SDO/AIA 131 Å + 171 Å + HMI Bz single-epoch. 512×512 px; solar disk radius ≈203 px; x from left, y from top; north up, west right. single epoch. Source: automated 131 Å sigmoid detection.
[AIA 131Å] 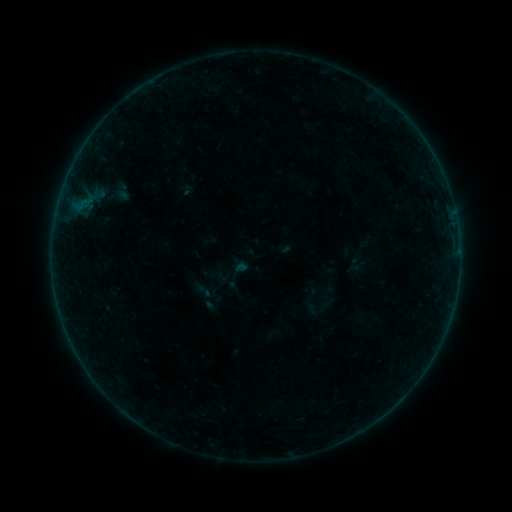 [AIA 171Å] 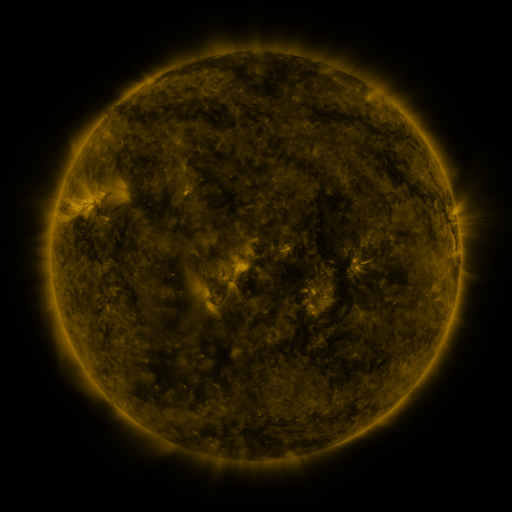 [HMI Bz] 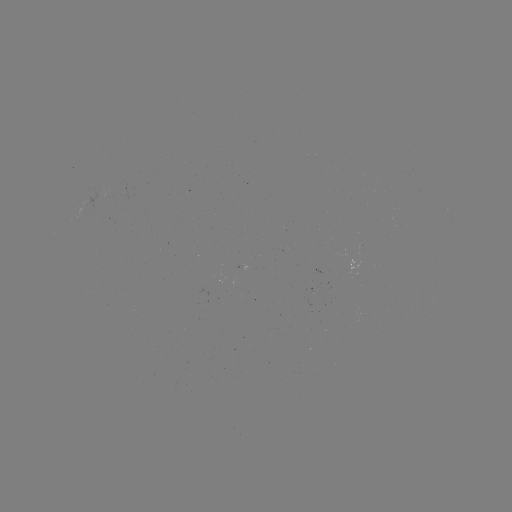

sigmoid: <bbox>193, 282, 213, 300</bbox>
